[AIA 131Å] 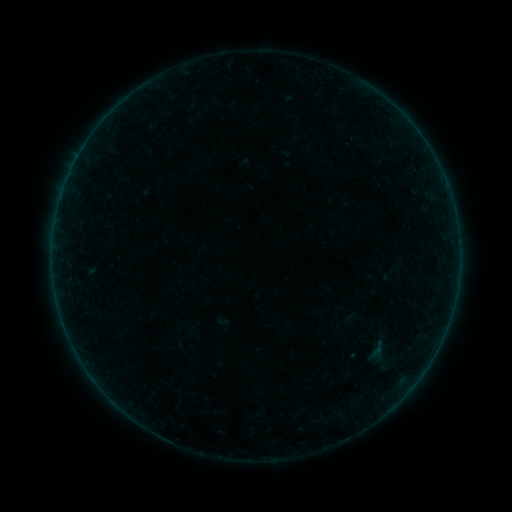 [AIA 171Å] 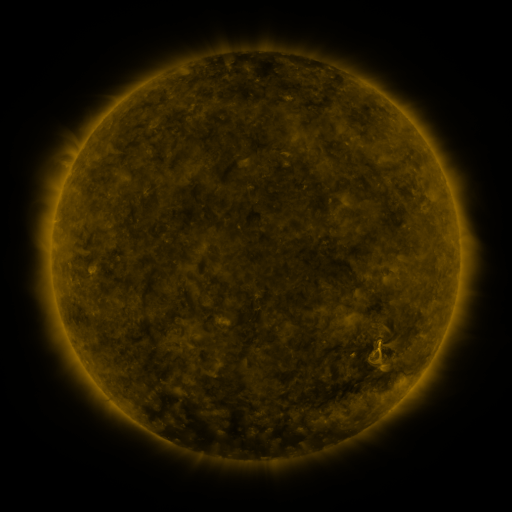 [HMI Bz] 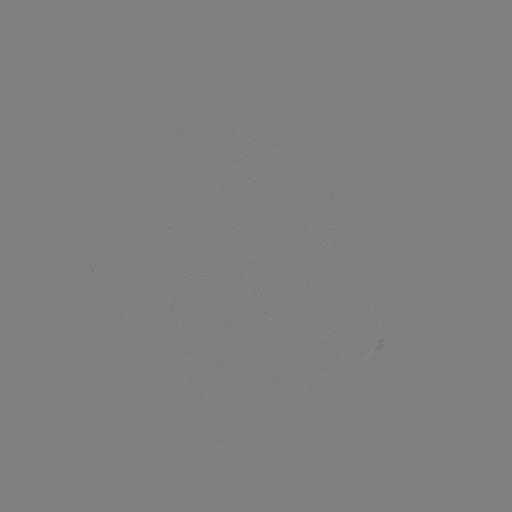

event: sigmoid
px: (377, 350)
